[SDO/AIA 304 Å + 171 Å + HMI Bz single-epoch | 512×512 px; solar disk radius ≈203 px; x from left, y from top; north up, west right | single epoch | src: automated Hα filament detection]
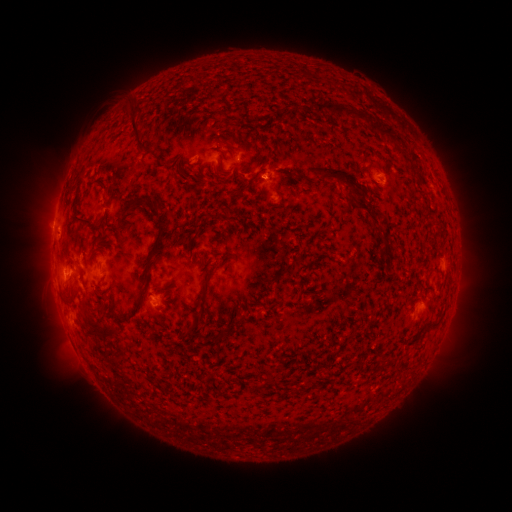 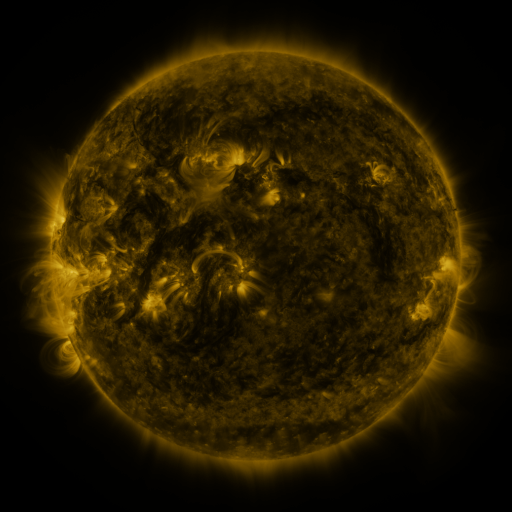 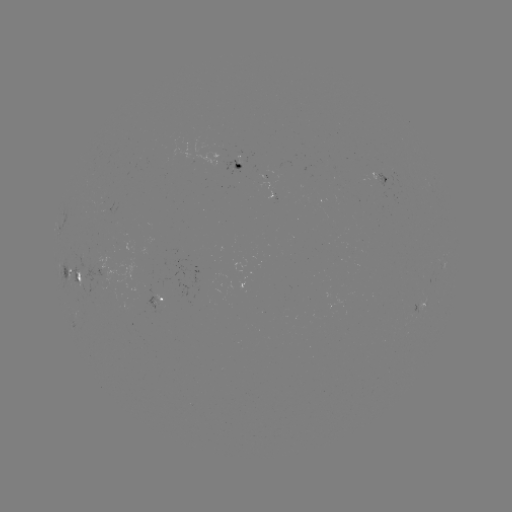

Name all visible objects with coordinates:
filament: (342, 110)
filament: (135, 122)
filament: (381, 131)
filament: (341, 176)
filament: (244, 189)
filament: (132, 203)
filament: (365, 208)
filament: (83, 219)
filament: (155, 246)
filament: (281, 273)
filament: (81, 274)
filament: (208, 277)
filament: (101, 306)
filament: (434, 325)
filament: (100, 329)
filament: (188, 330)
filament: (268, 379)
